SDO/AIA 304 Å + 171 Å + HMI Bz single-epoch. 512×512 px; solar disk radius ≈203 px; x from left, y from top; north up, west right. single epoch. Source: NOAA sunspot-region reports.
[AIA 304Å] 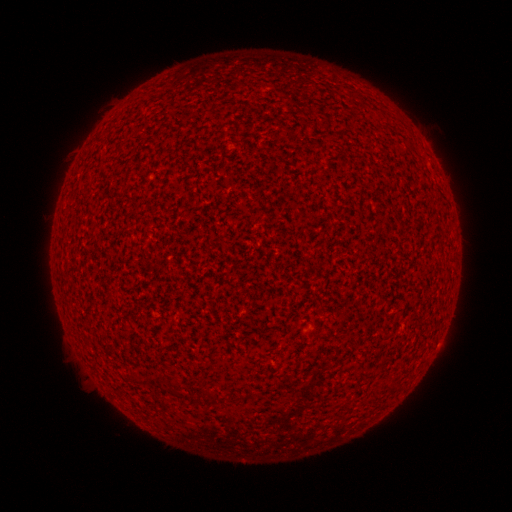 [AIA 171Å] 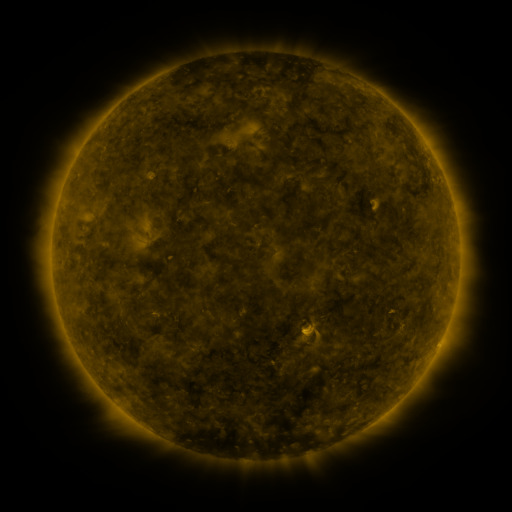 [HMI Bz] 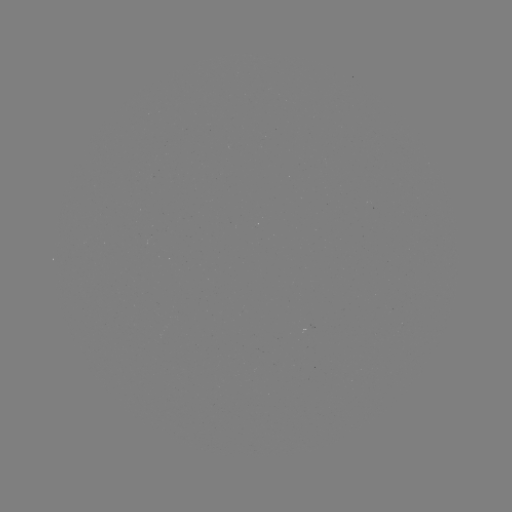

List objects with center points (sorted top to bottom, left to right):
(none)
